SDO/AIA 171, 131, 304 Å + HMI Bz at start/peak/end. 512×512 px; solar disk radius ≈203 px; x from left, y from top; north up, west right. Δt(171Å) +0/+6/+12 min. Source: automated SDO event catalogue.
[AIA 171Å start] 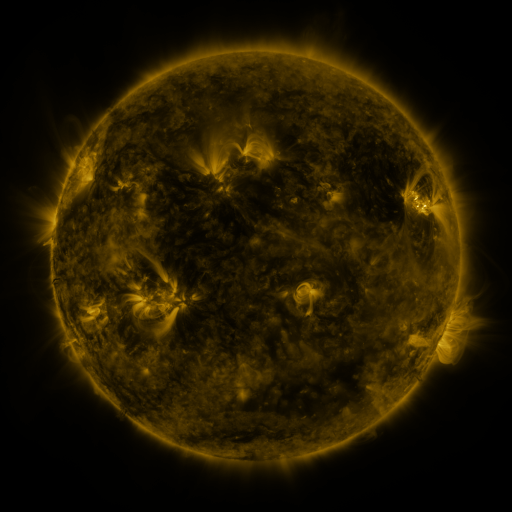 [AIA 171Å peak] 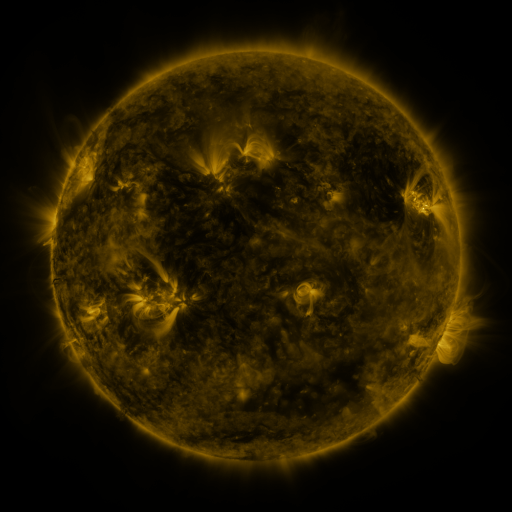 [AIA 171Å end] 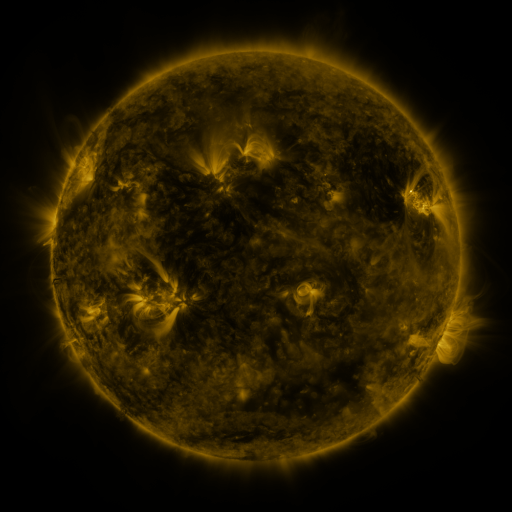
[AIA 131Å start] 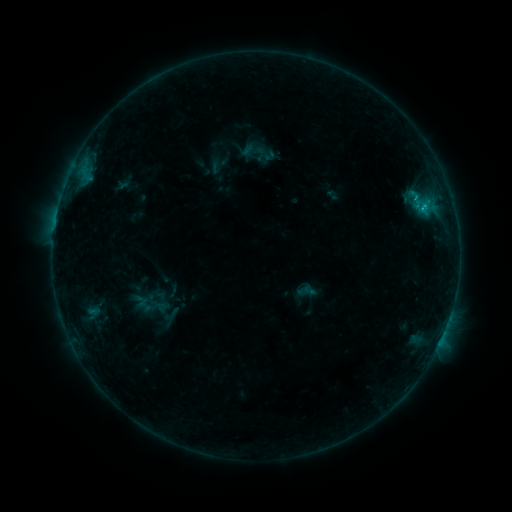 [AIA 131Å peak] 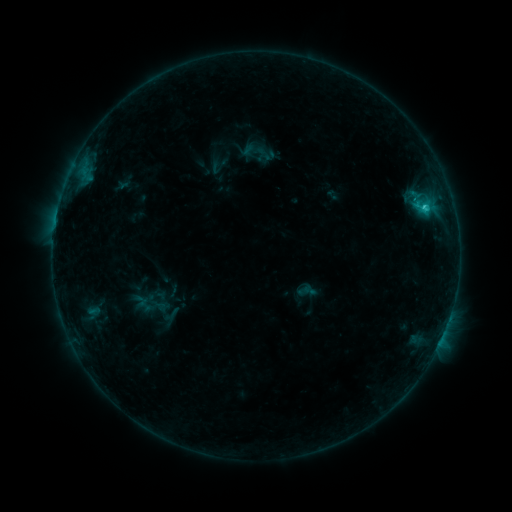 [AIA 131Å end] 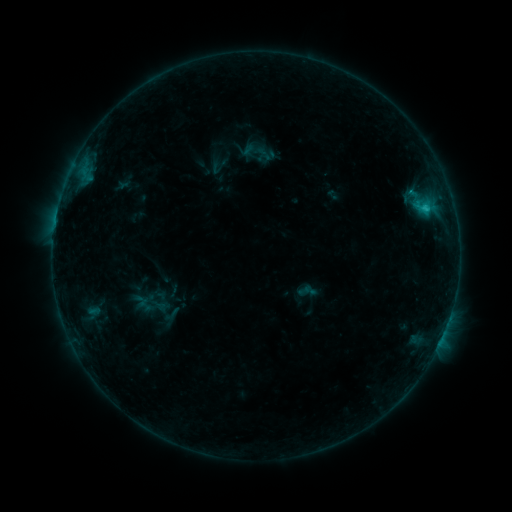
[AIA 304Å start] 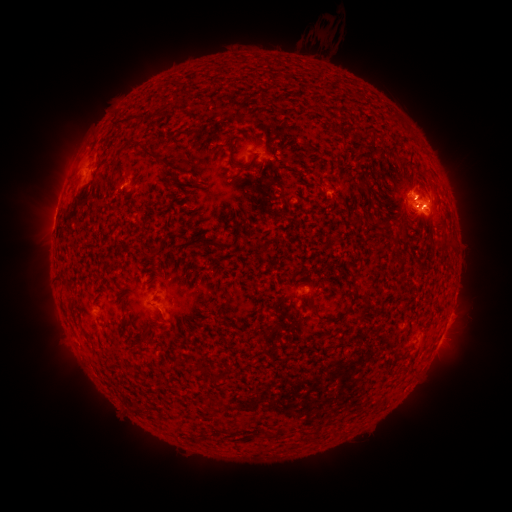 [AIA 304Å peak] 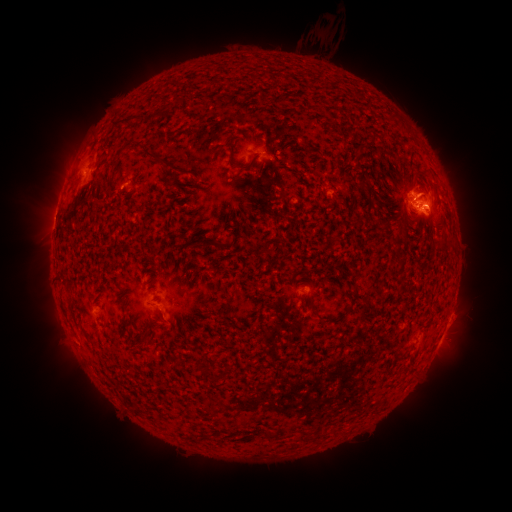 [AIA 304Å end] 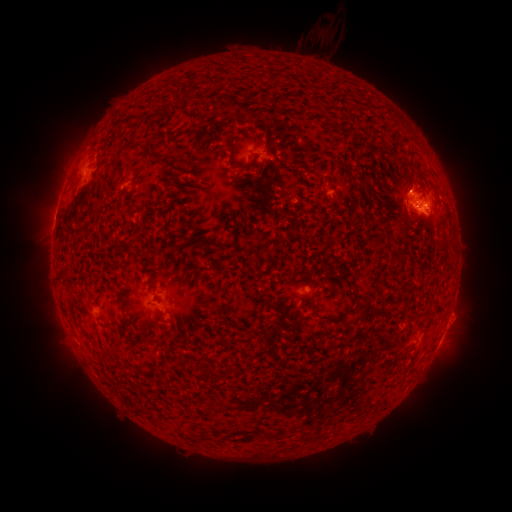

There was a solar flare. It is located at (423, 208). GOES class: C1.4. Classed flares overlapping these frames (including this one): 1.